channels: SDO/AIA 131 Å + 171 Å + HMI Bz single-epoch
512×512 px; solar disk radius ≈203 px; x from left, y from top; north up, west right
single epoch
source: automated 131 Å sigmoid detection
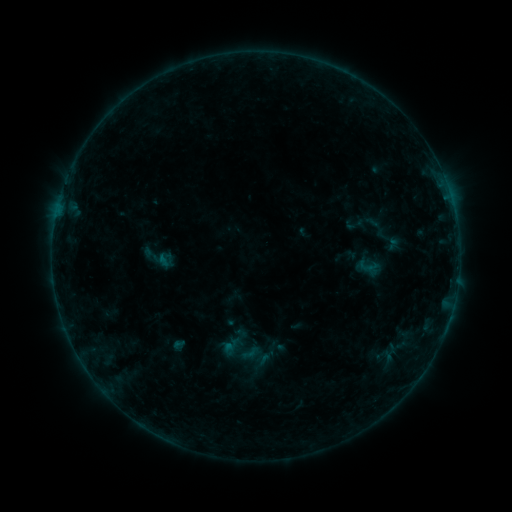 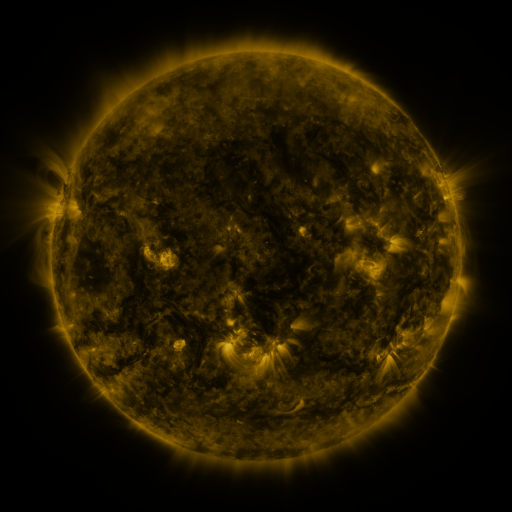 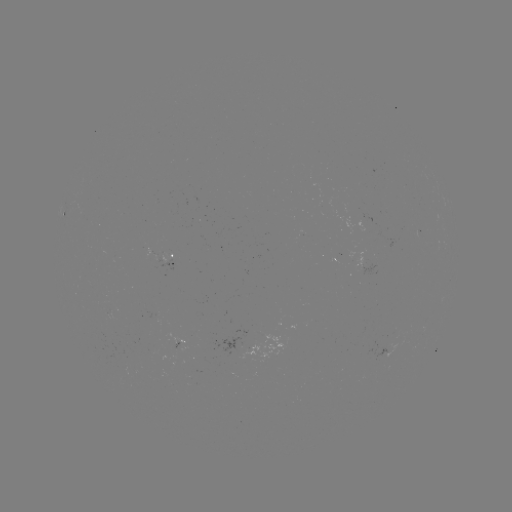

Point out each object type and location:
sigmoid: <bbox>370, 224, 407, 255</bbox>
sigmoid: <bbox>357, 257, 376, 275</bbox>
